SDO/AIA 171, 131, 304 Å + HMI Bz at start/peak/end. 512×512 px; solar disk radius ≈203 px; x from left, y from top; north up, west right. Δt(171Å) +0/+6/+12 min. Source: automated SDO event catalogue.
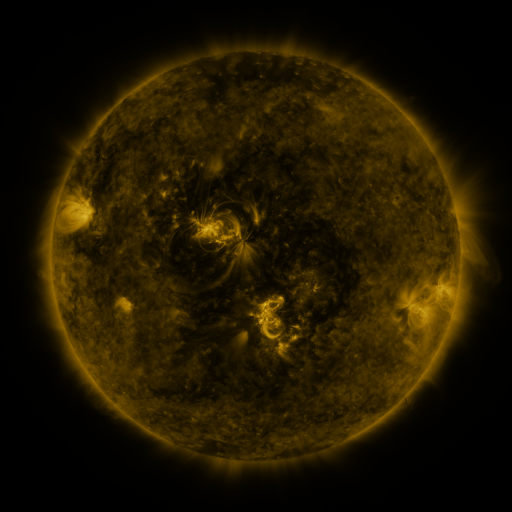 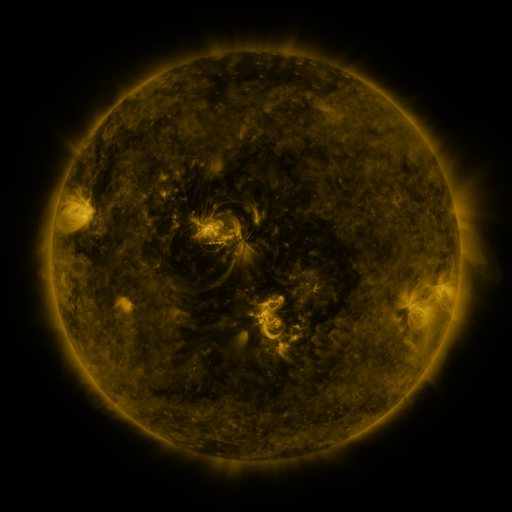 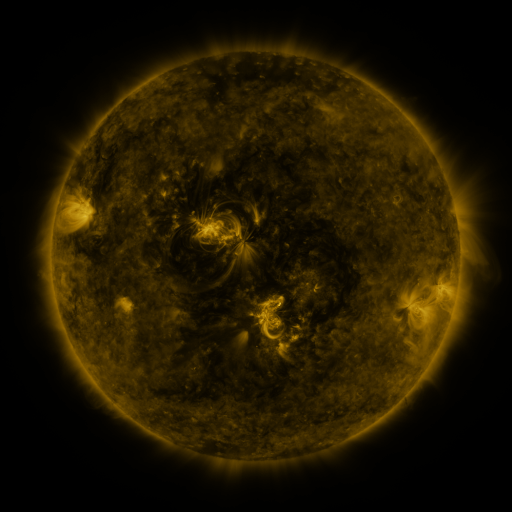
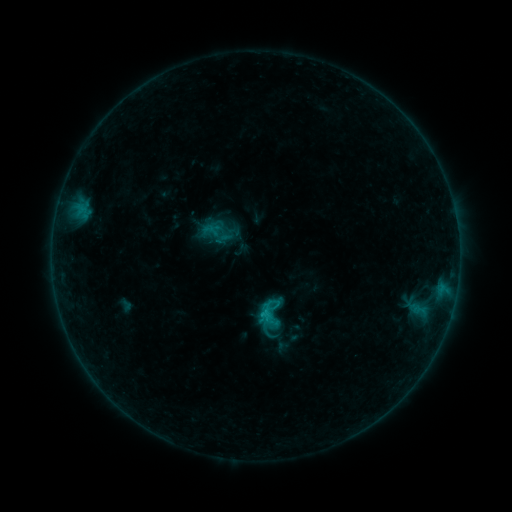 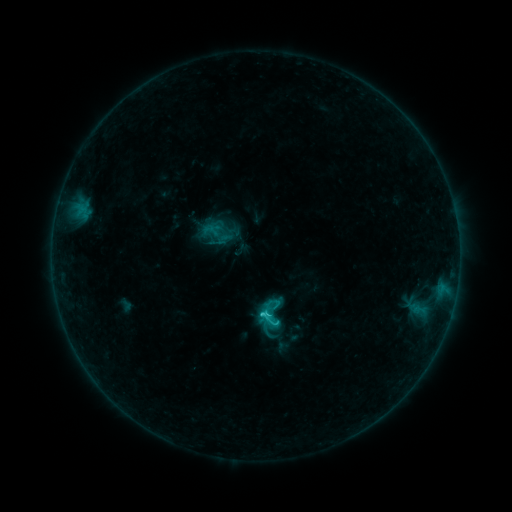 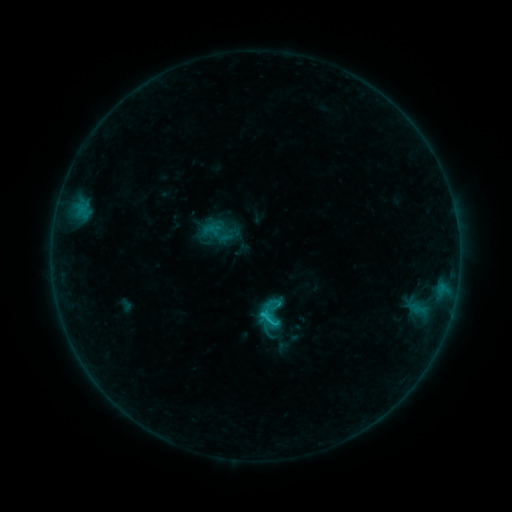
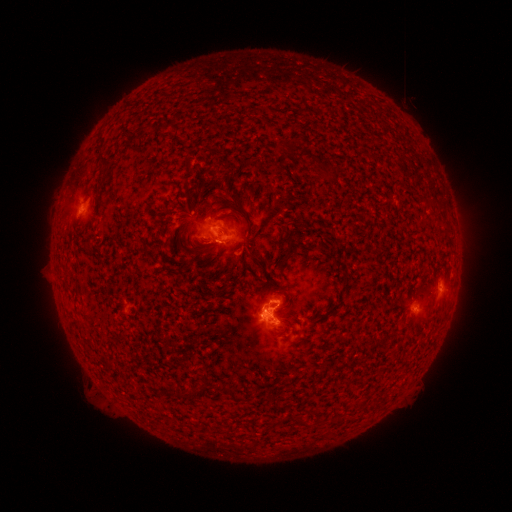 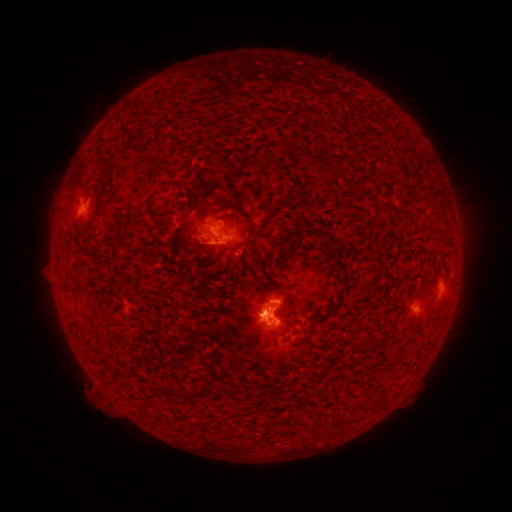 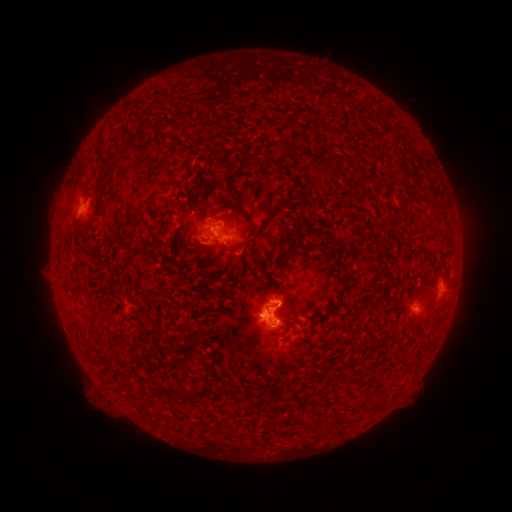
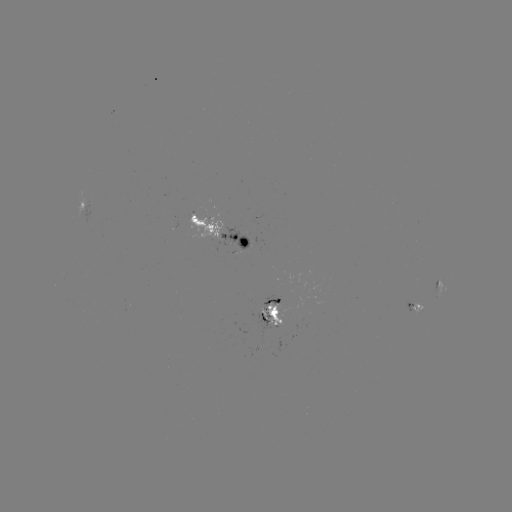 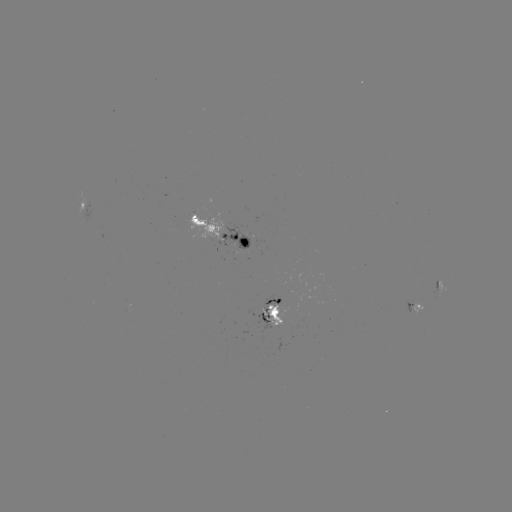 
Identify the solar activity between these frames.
C1.8 flare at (266, 313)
